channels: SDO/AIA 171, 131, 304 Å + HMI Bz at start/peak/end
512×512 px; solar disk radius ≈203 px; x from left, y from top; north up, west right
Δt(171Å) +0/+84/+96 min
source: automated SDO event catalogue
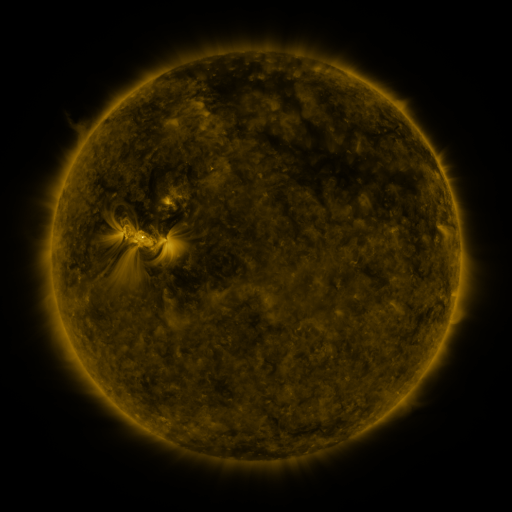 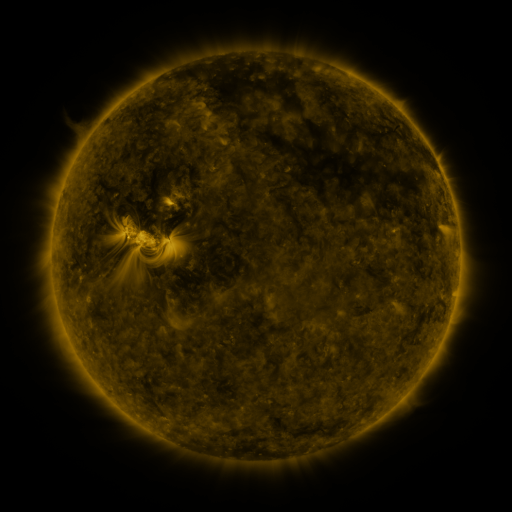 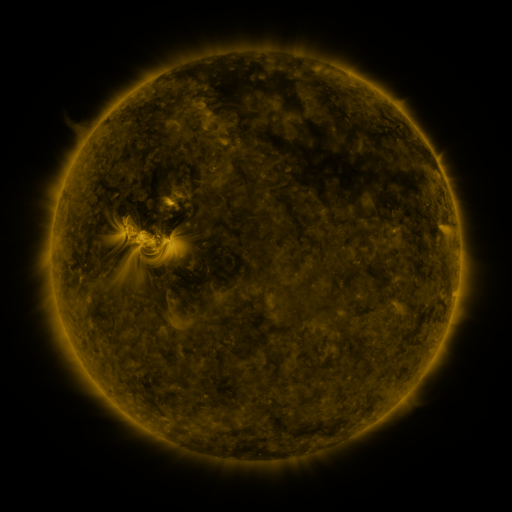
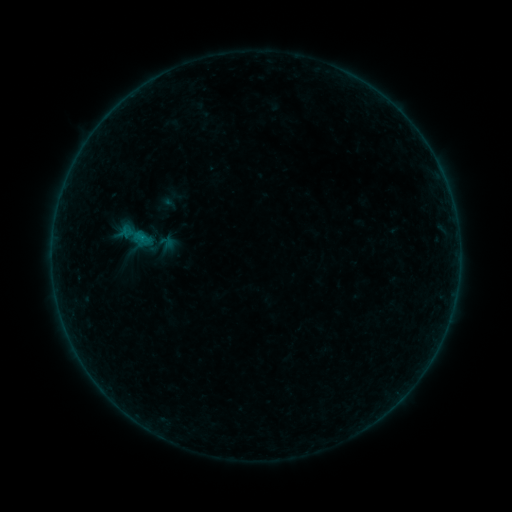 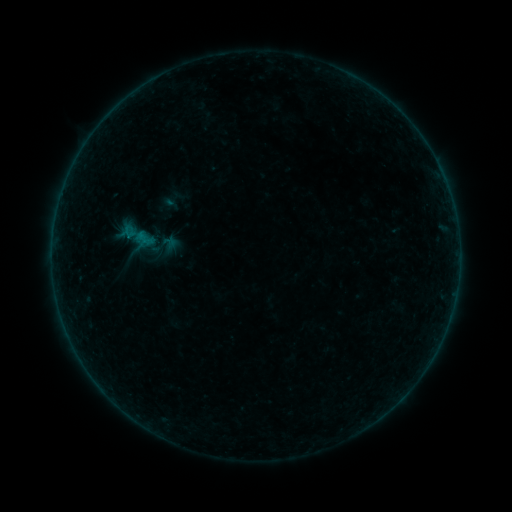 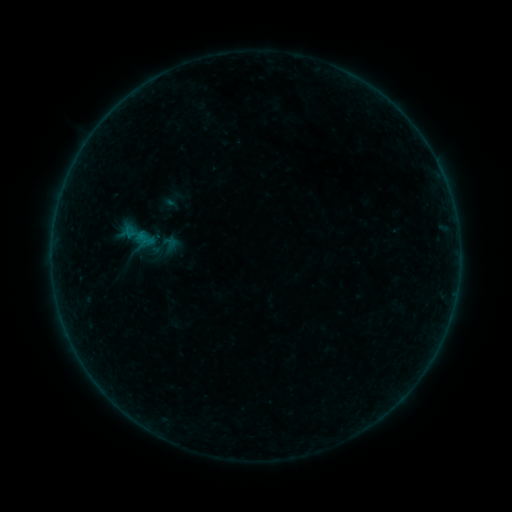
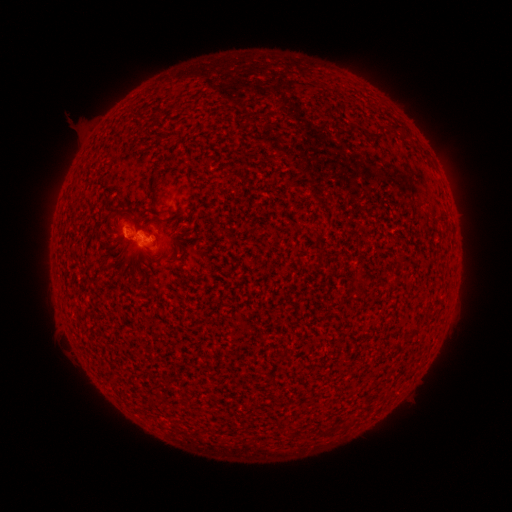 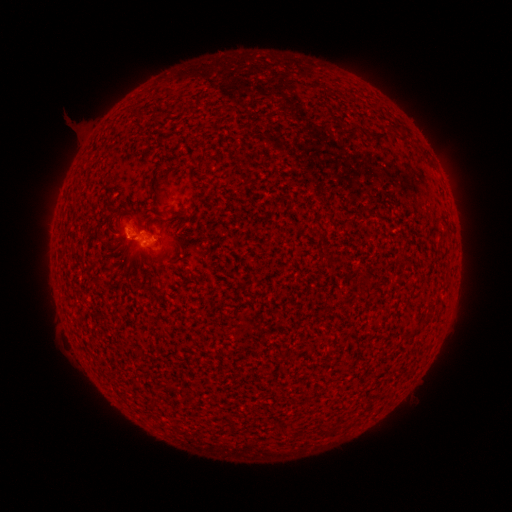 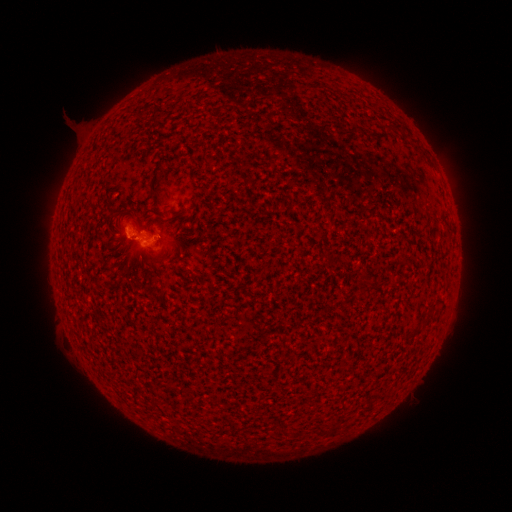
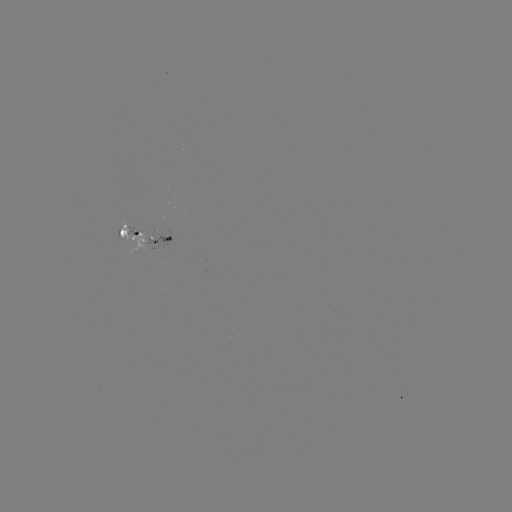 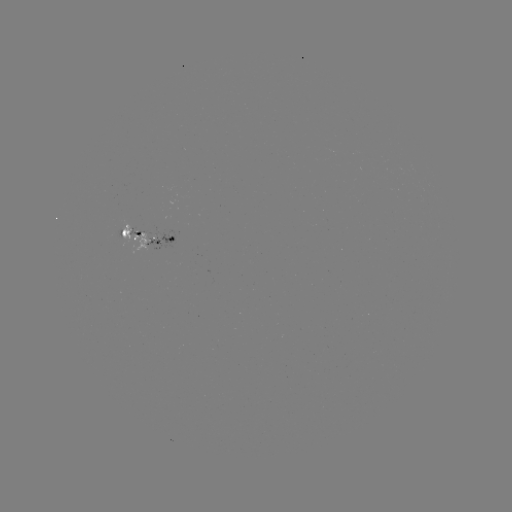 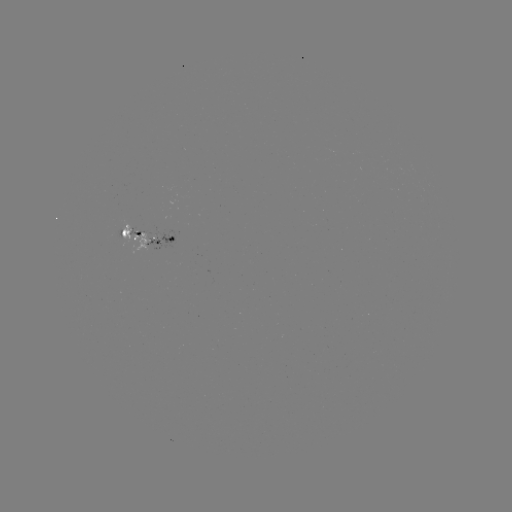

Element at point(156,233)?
emerging-flux region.